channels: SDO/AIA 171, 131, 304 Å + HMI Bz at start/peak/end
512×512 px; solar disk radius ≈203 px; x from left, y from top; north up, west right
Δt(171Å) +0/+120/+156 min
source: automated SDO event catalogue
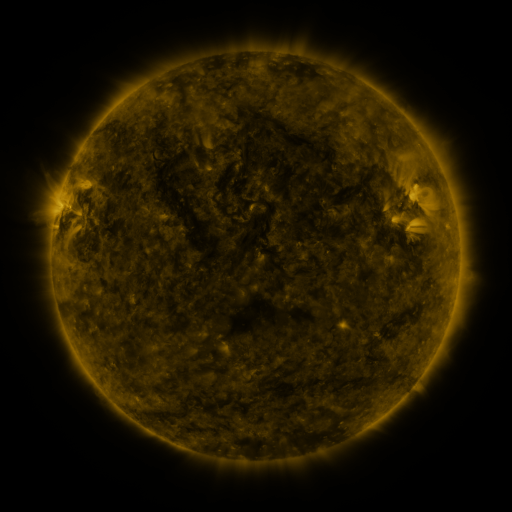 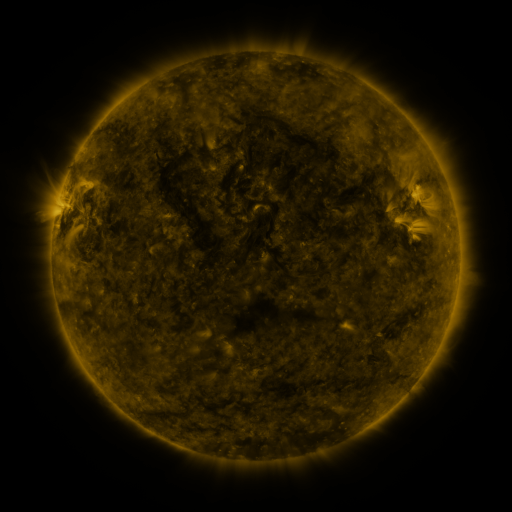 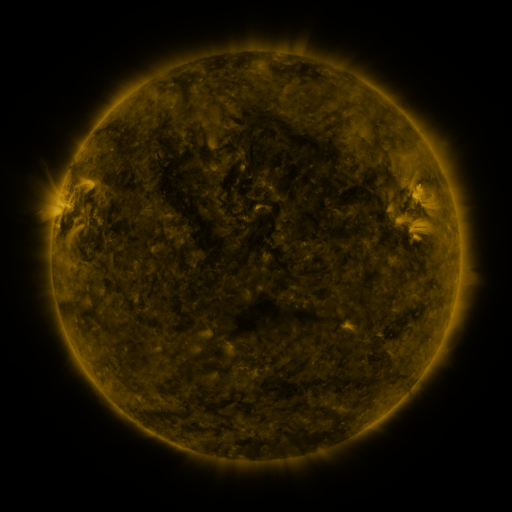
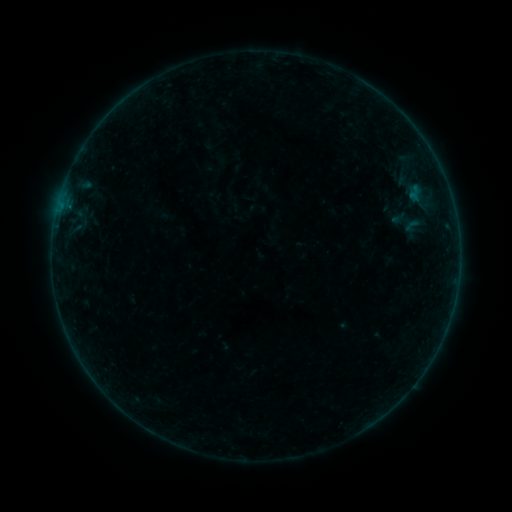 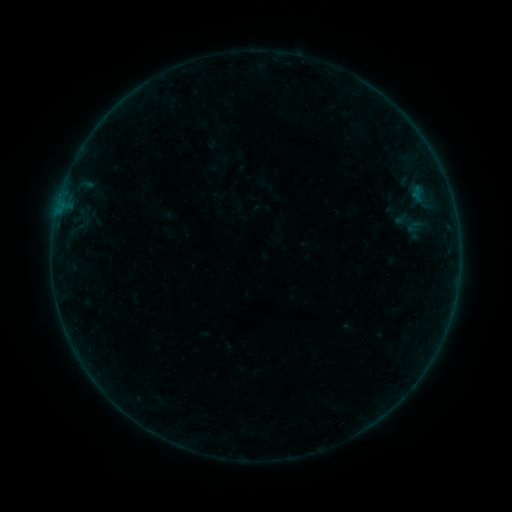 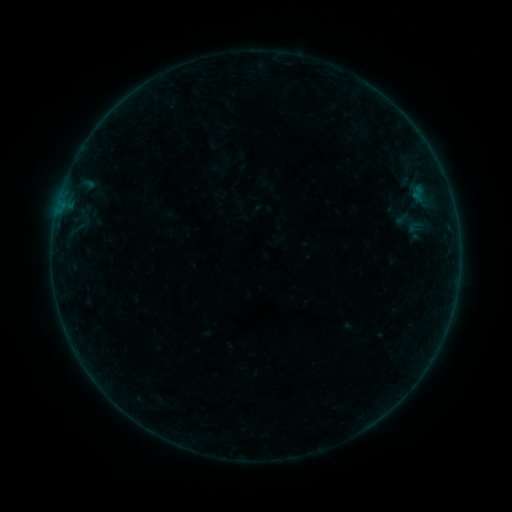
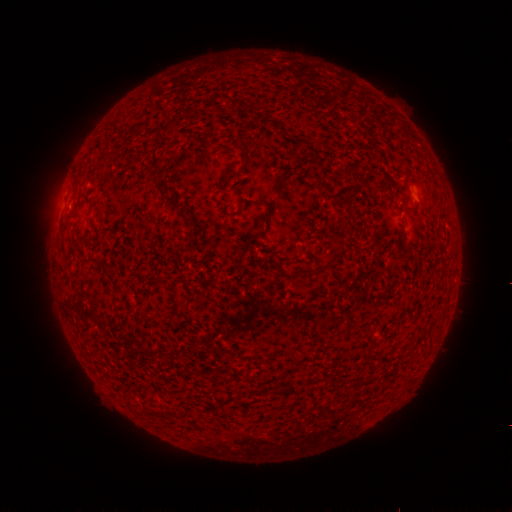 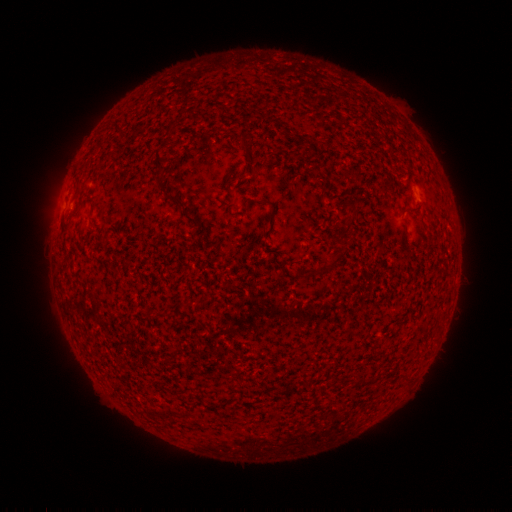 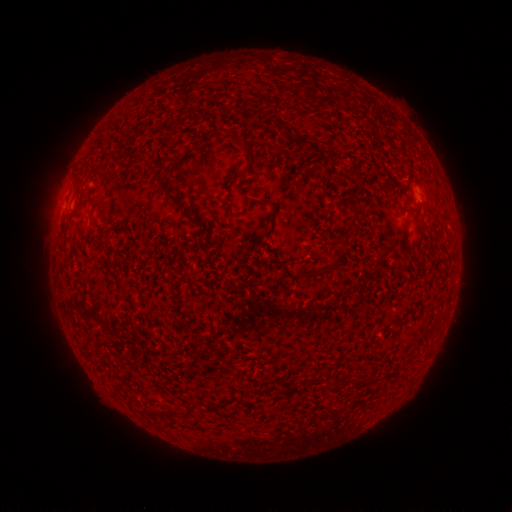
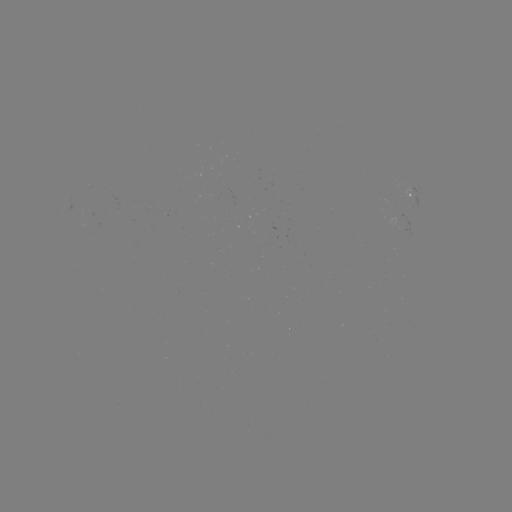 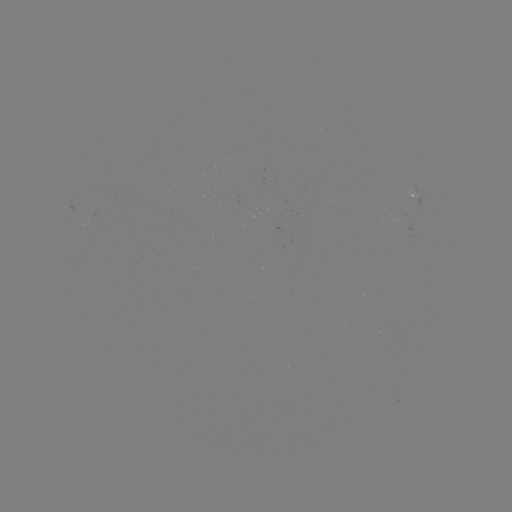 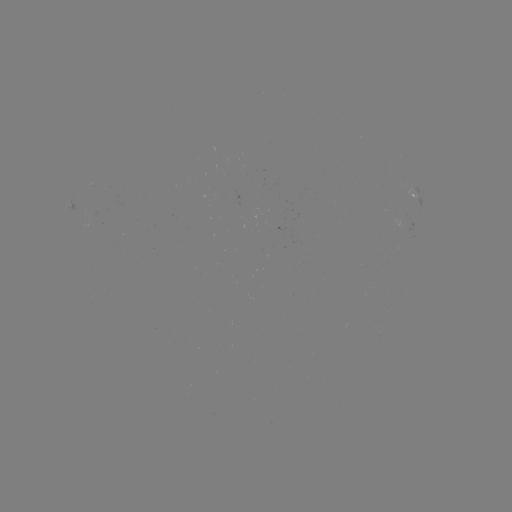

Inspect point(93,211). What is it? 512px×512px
emerging-flux region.